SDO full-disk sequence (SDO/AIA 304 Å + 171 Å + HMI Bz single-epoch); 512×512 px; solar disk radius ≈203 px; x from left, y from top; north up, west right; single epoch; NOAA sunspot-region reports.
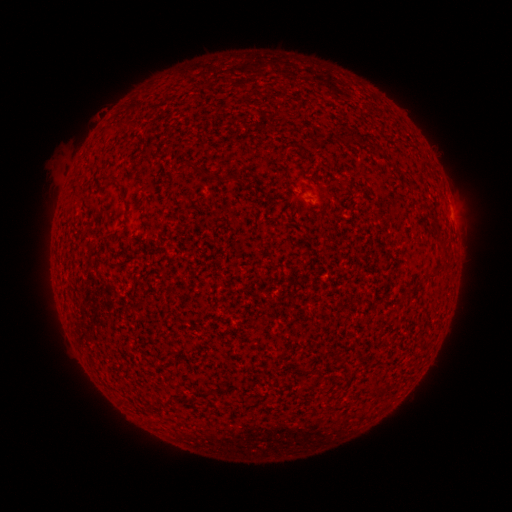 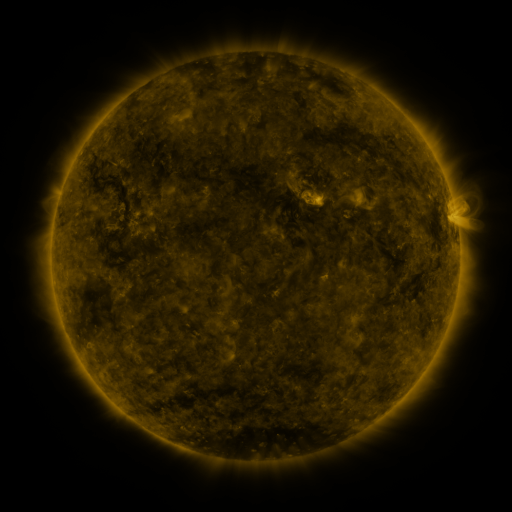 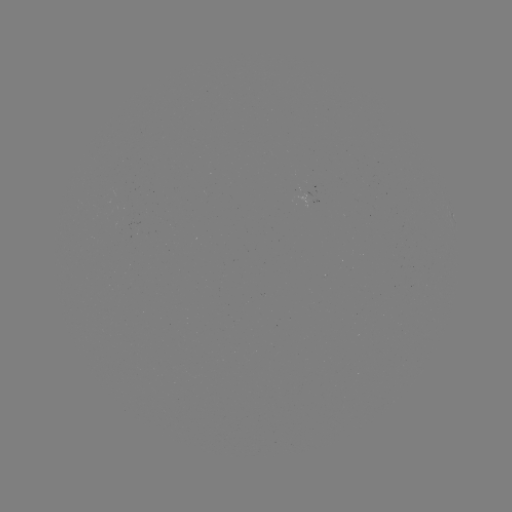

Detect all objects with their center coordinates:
spotted active region: (453, 215)
